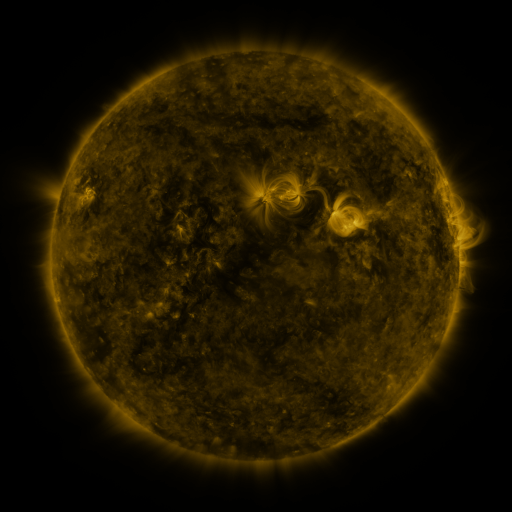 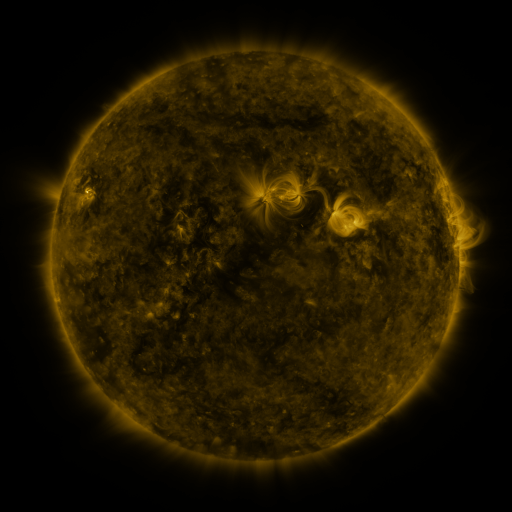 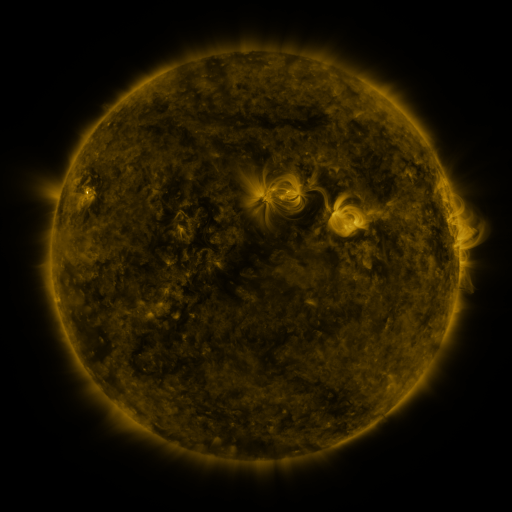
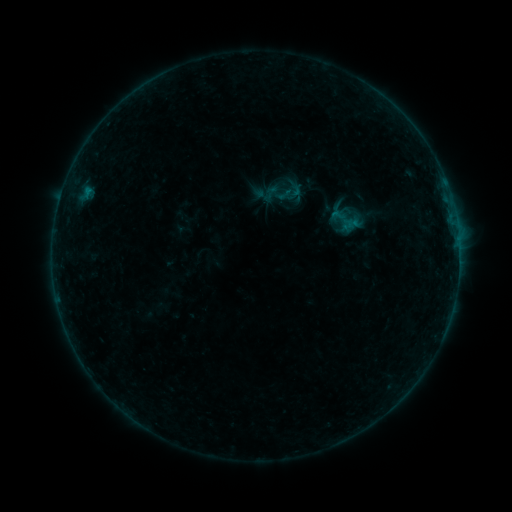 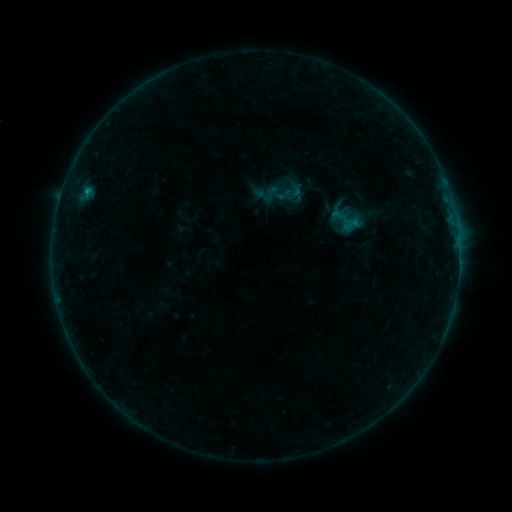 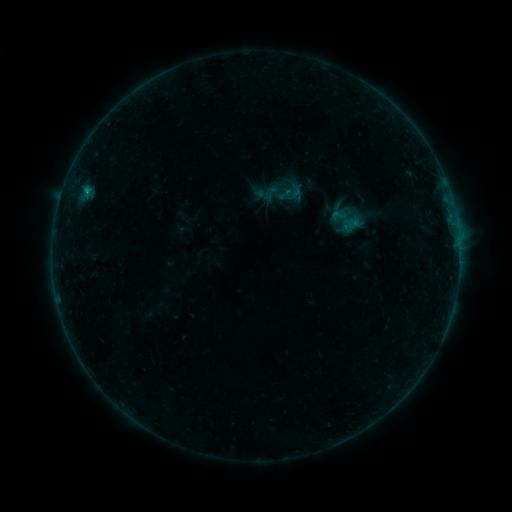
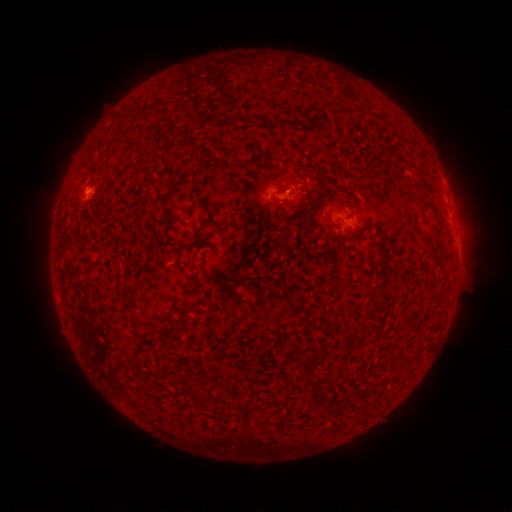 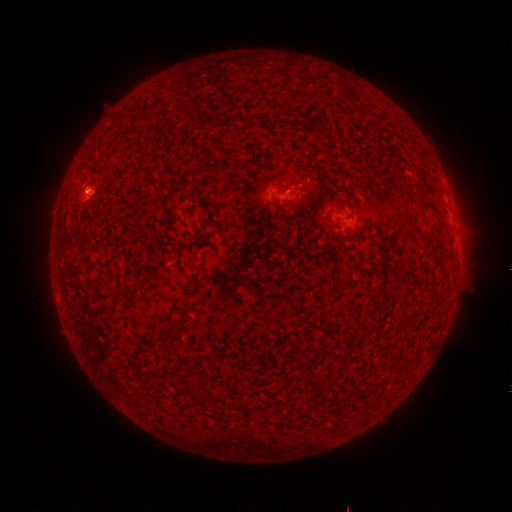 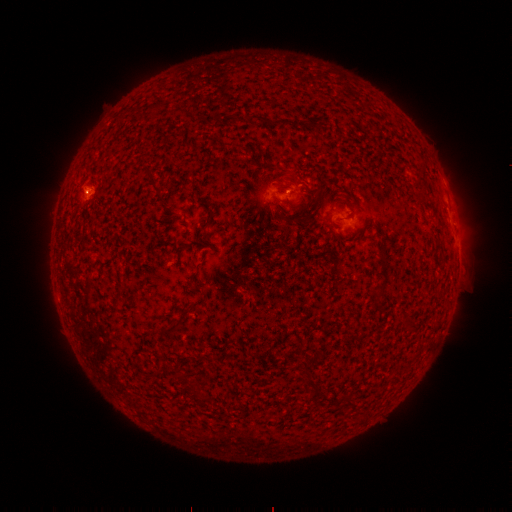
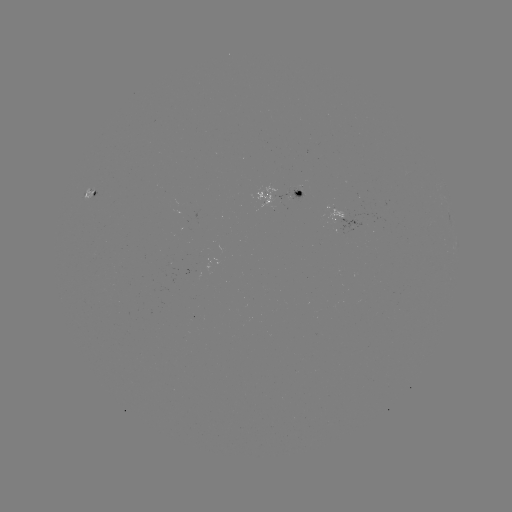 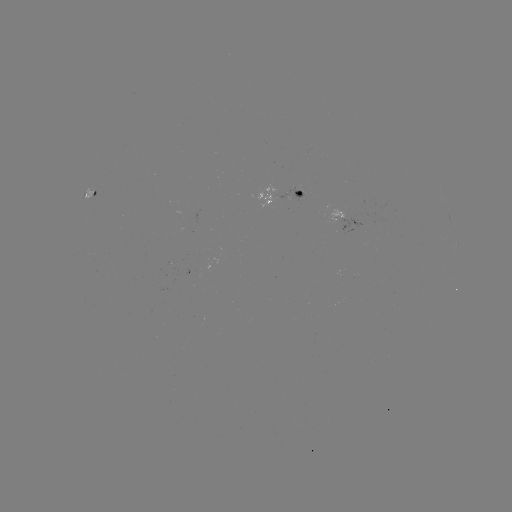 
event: flare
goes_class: B4.6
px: (87, 193)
